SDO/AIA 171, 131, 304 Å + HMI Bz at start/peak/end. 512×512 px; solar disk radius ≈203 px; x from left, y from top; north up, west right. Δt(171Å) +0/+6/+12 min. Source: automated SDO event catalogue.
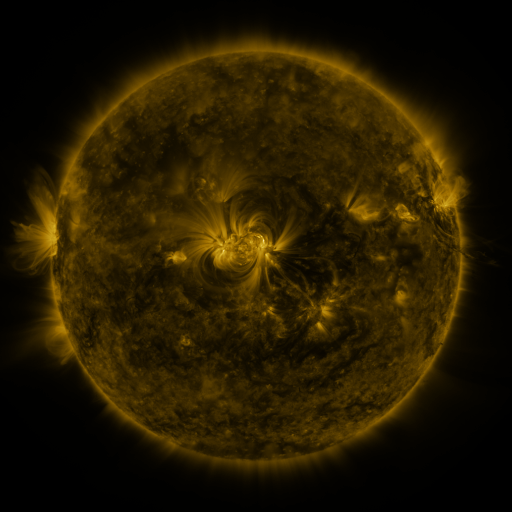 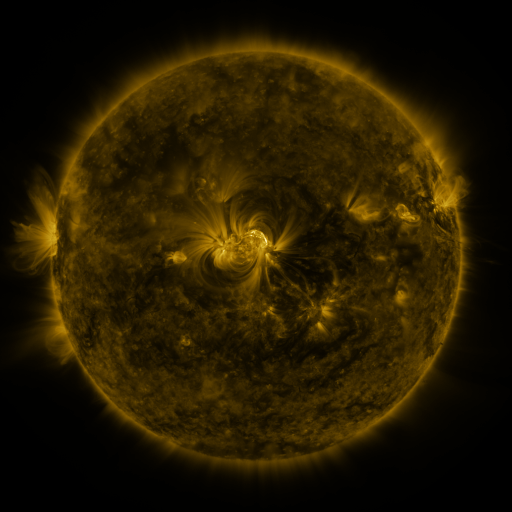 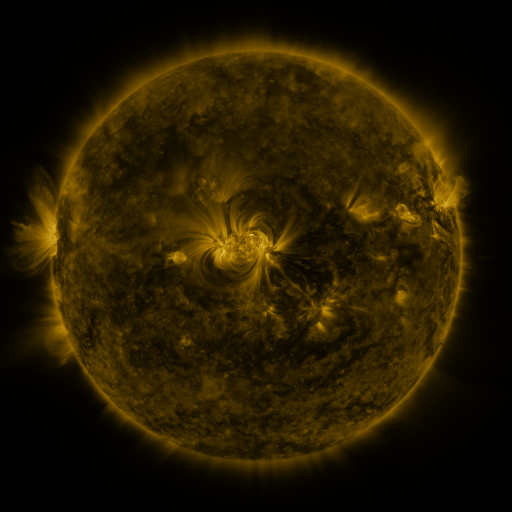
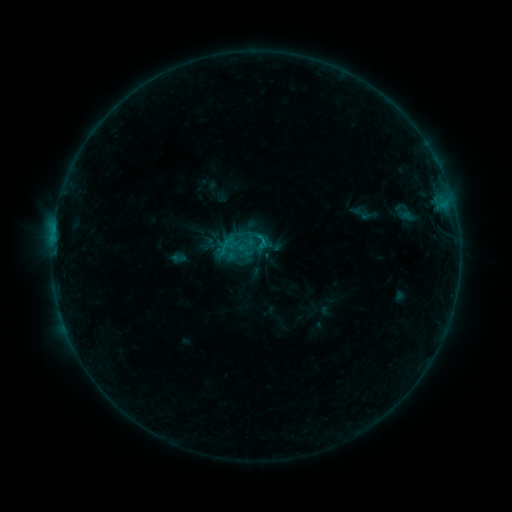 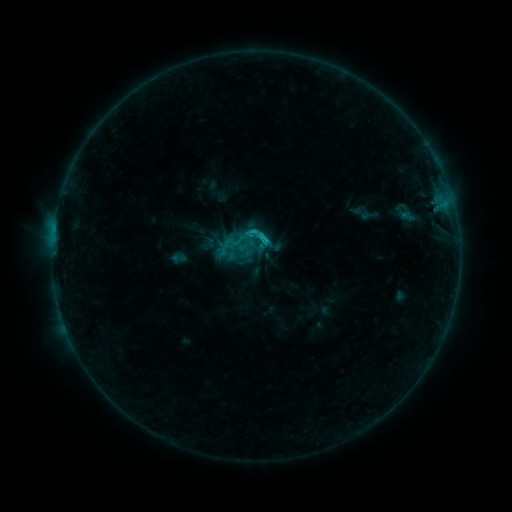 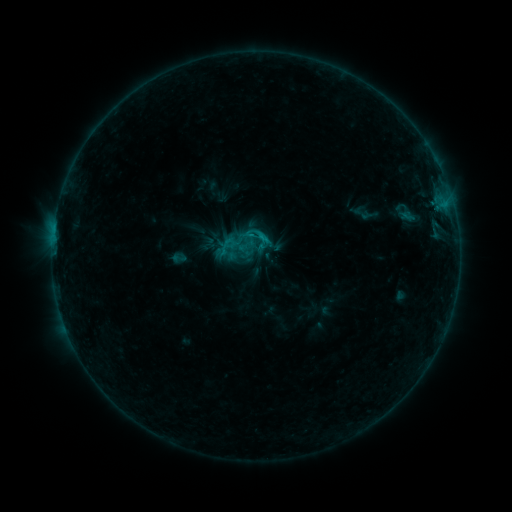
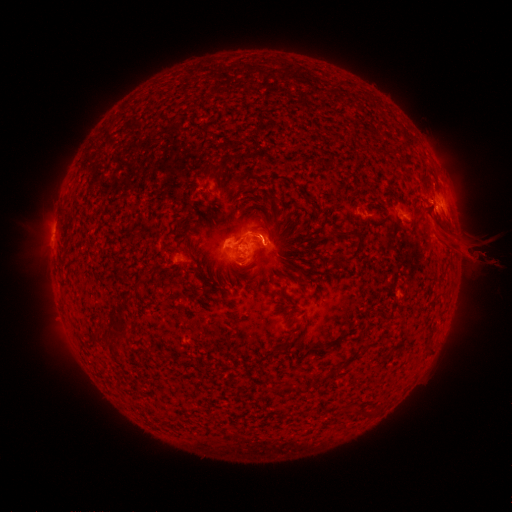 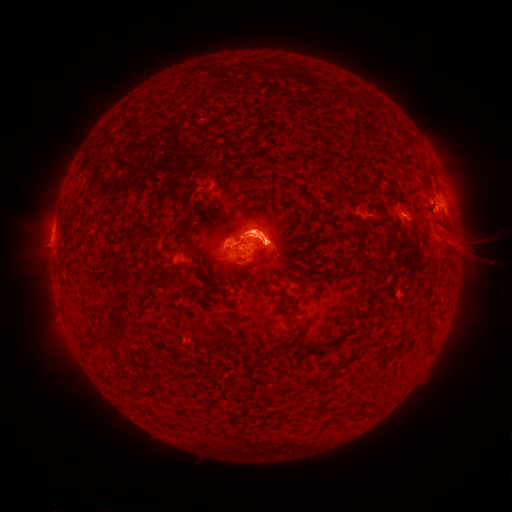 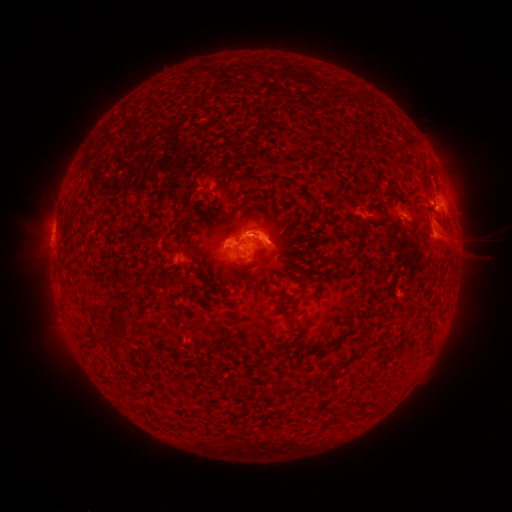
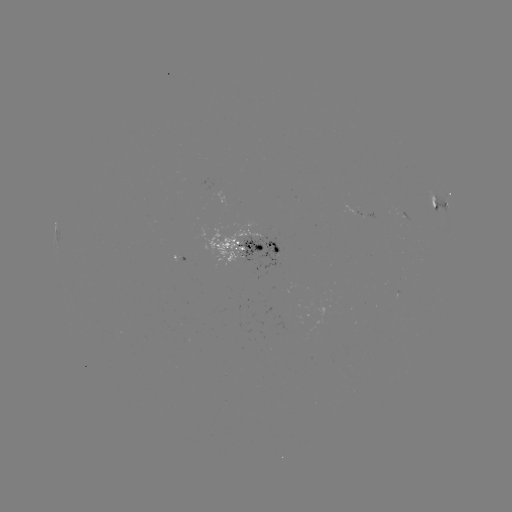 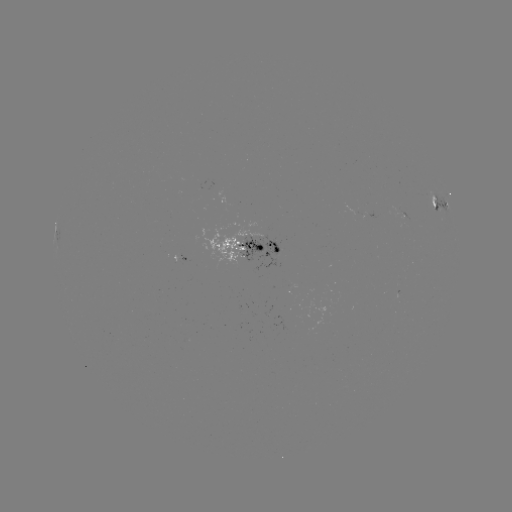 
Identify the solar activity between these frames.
C1.4 flare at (263, 242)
